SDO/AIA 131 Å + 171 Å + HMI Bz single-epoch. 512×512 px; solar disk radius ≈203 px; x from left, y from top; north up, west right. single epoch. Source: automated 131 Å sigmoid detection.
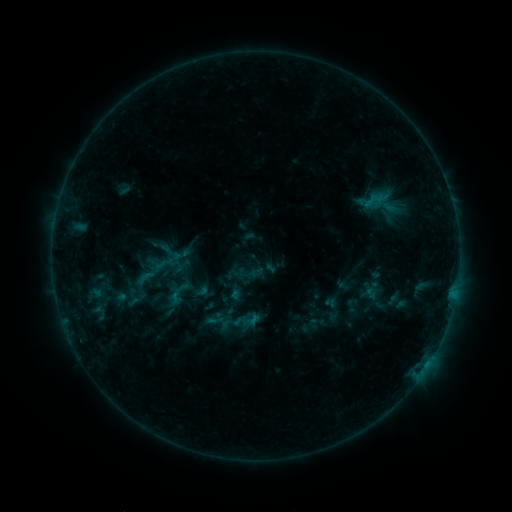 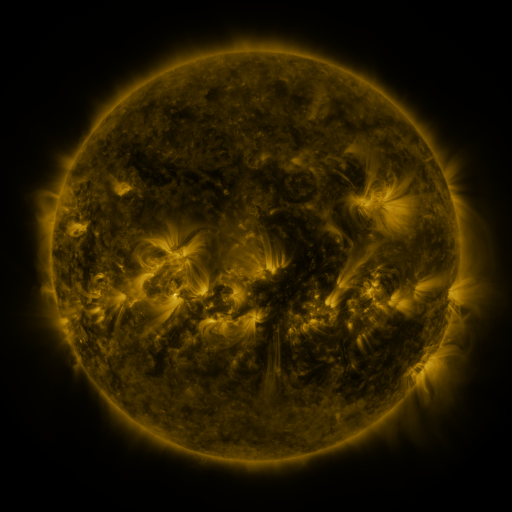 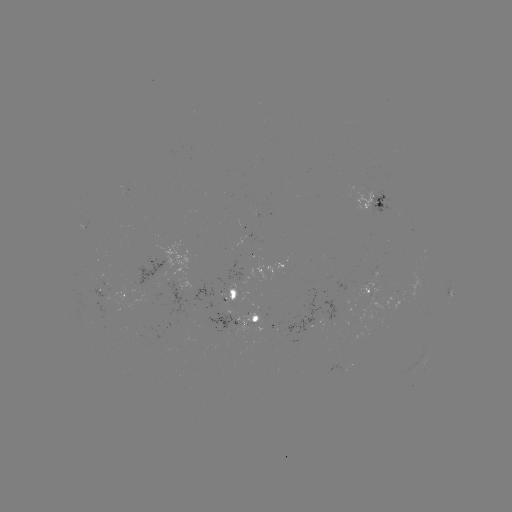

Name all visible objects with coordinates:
sigmoid: [149, 245, 185, 278]
sigmoid: [134, 268, 157, 287]
sigmoid: [218, 308, 250, 337]
